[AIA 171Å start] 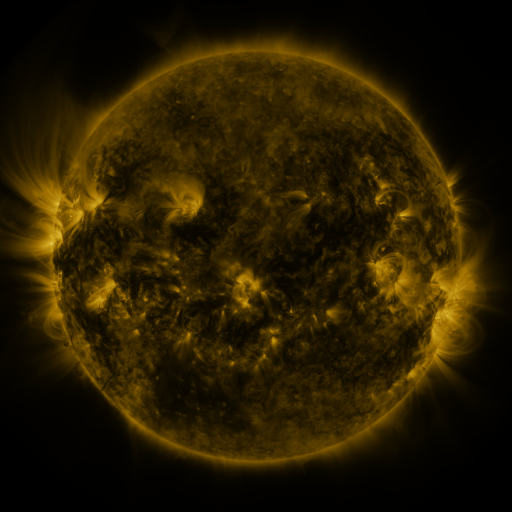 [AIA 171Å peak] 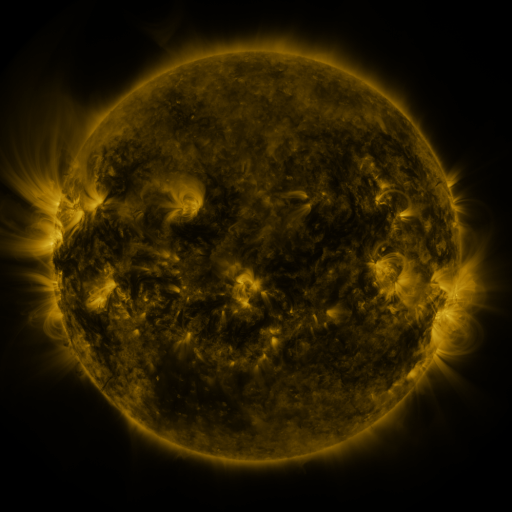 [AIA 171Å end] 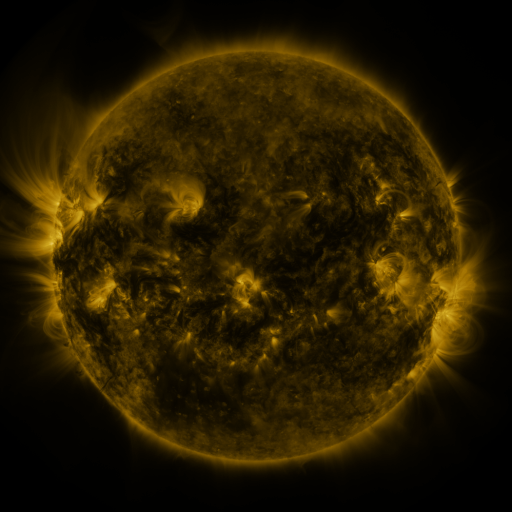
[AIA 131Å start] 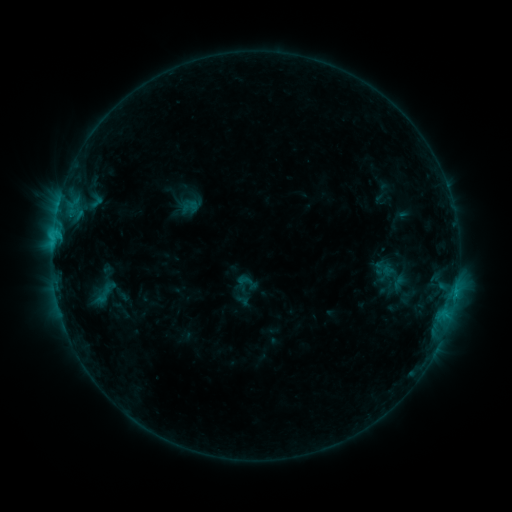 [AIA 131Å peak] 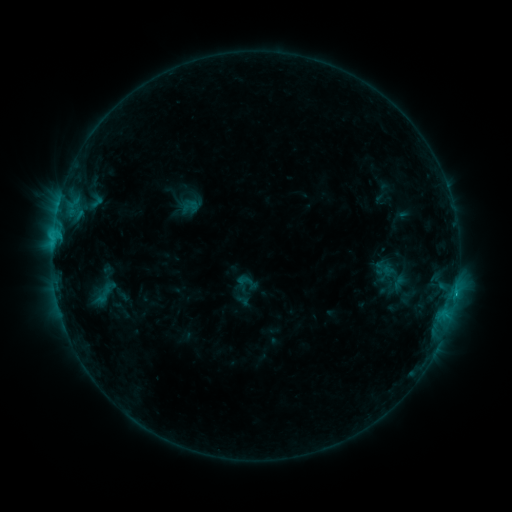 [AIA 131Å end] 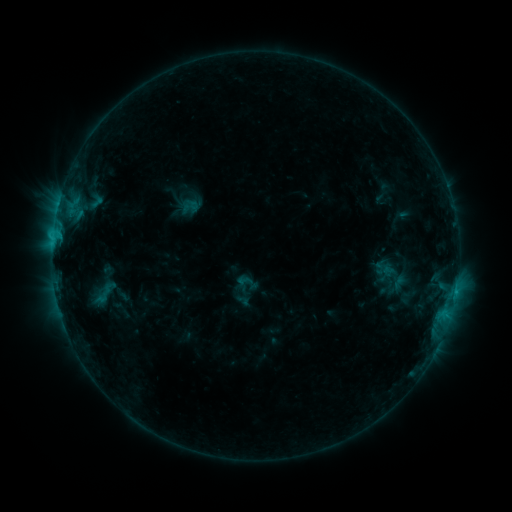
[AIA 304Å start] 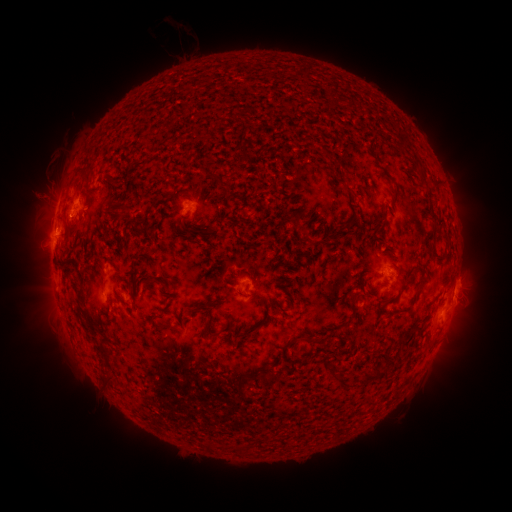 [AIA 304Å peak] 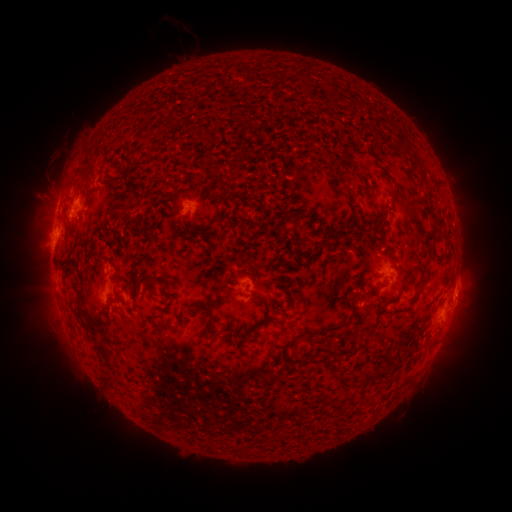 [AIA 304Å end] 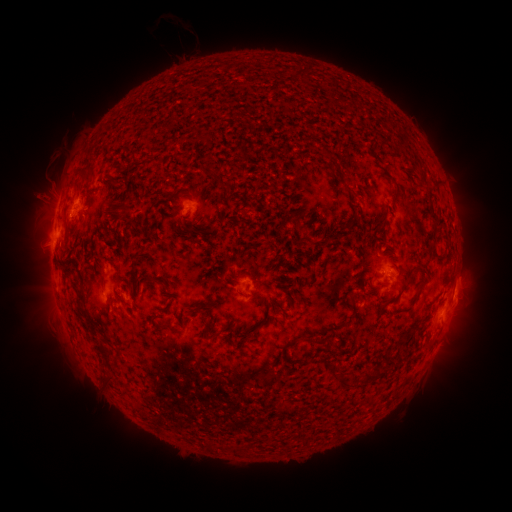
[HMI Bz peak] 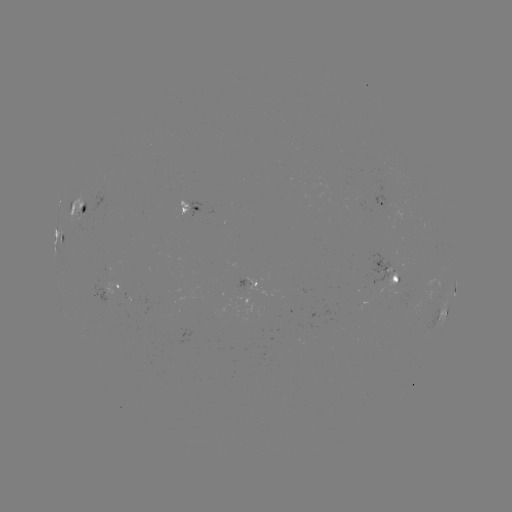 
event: flare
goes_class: C1.3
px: (85, 214)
